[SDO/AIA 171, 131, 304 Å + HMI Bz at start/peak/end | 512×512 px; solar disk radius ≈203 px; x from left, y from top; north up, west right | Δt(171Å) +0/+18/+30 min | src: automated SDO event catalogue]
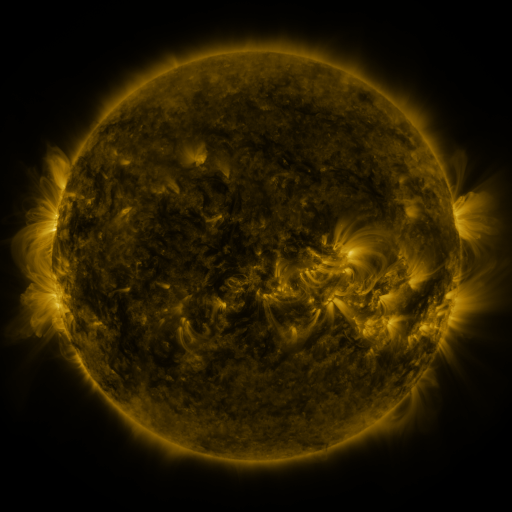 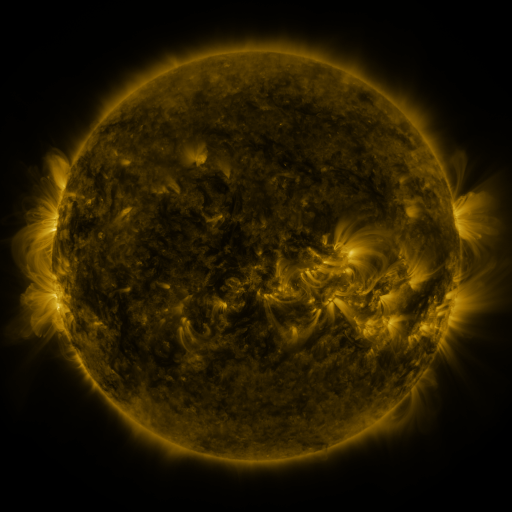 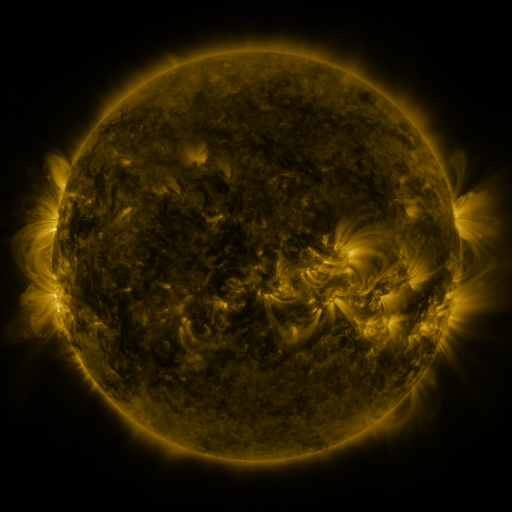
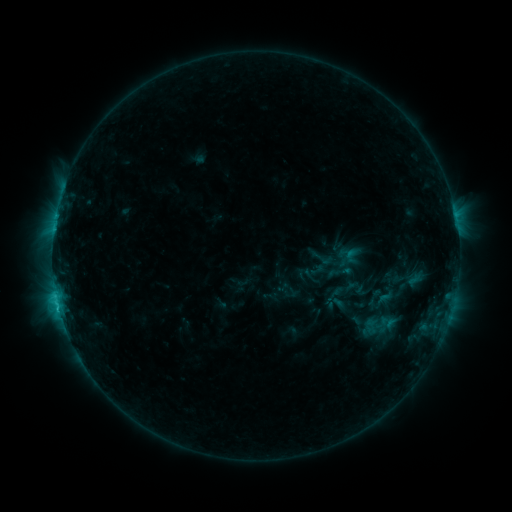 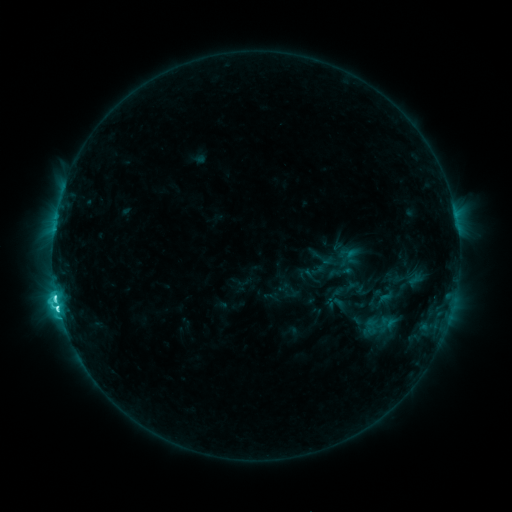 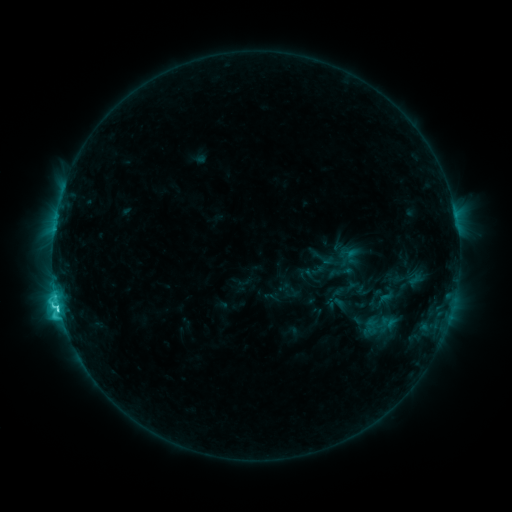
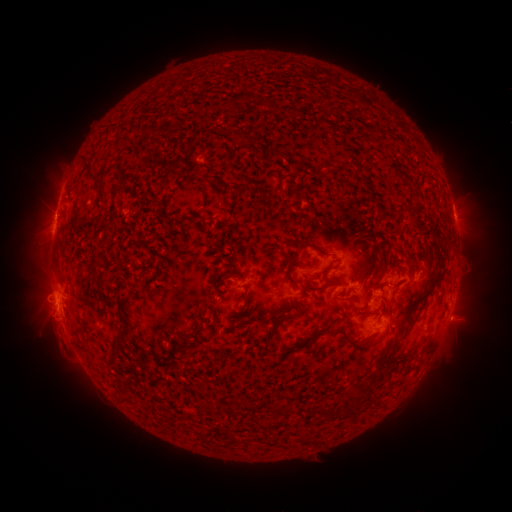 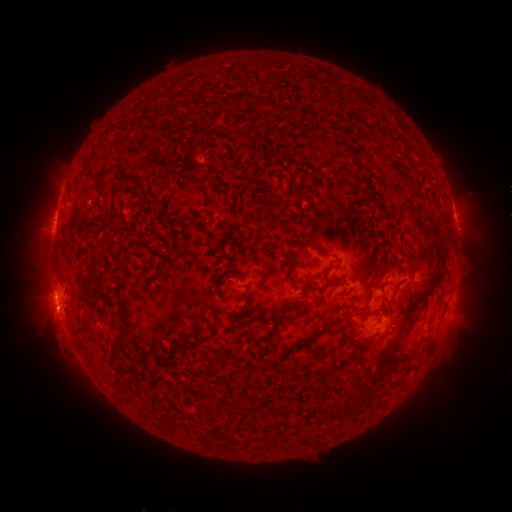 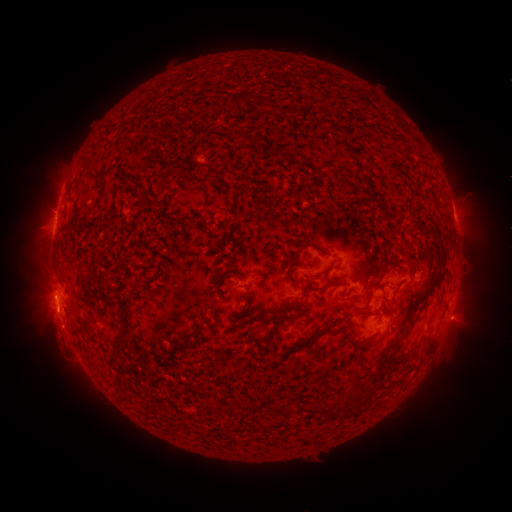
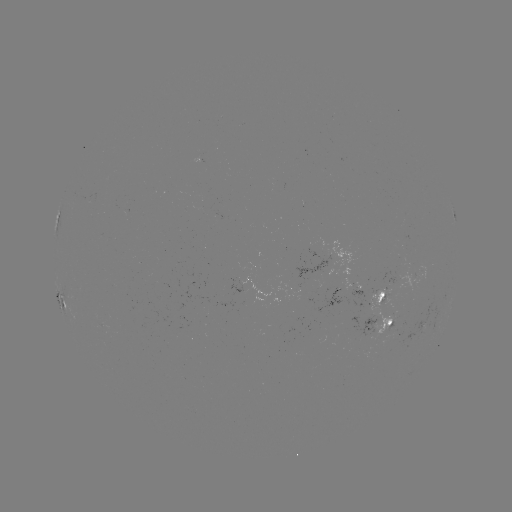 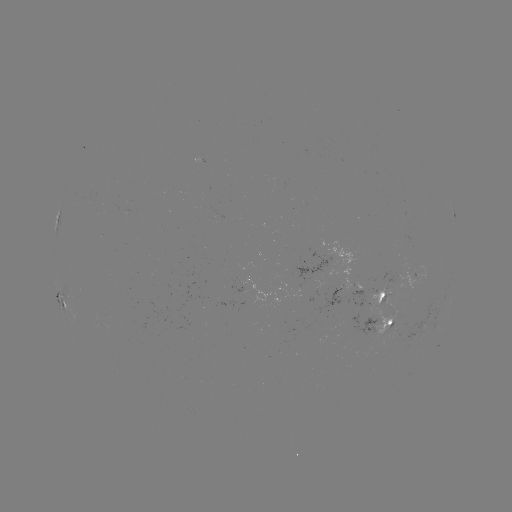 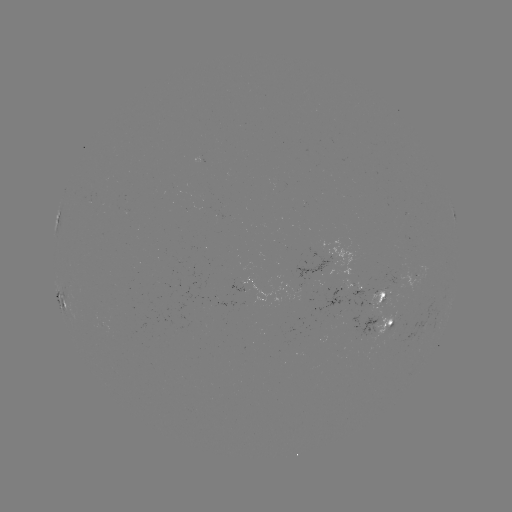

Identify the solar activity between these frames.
C8.0 flare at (58, 304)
